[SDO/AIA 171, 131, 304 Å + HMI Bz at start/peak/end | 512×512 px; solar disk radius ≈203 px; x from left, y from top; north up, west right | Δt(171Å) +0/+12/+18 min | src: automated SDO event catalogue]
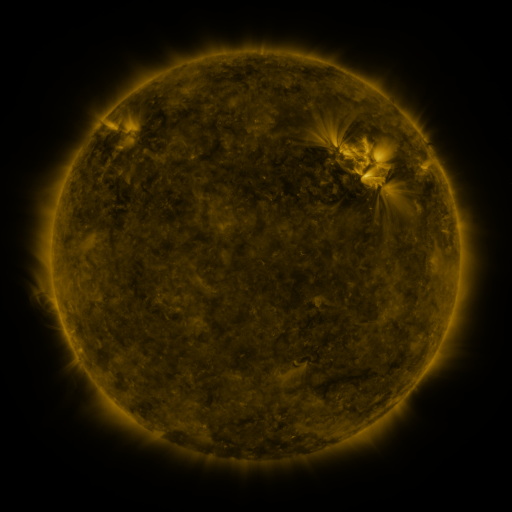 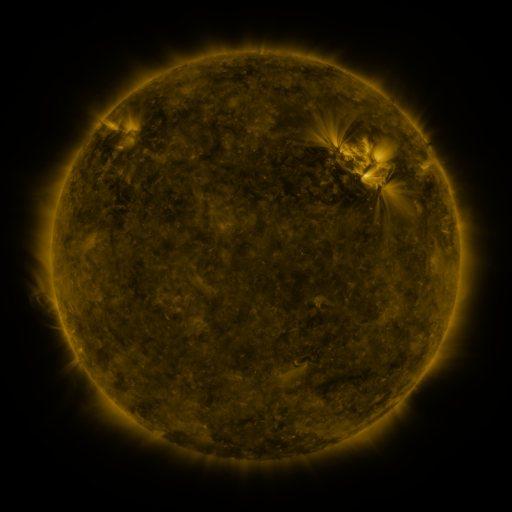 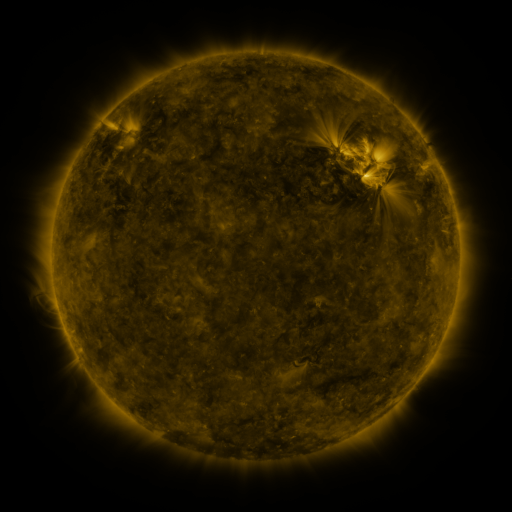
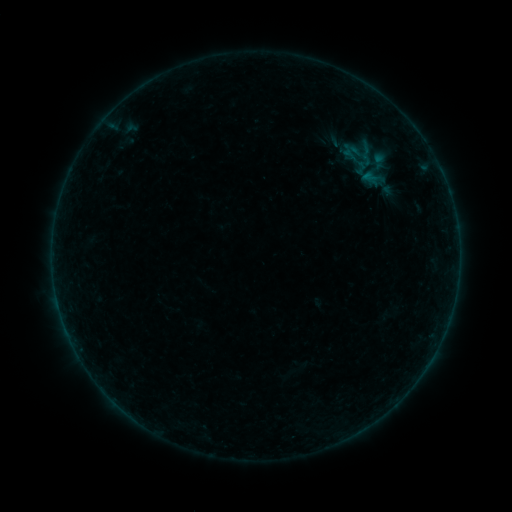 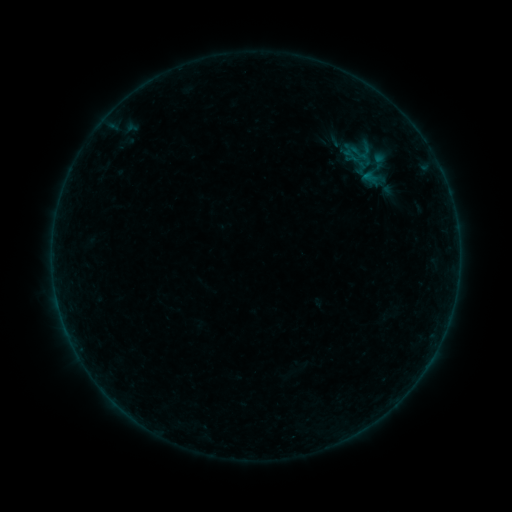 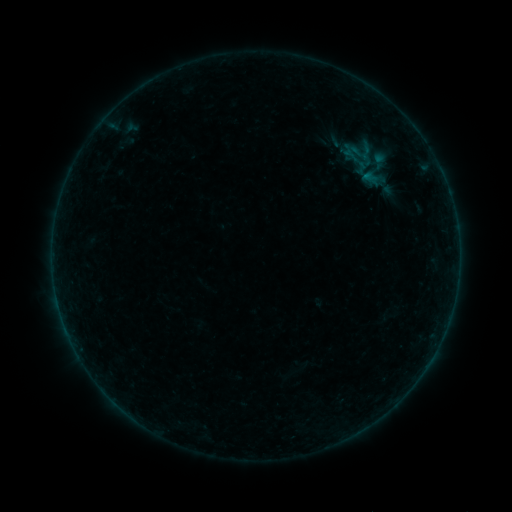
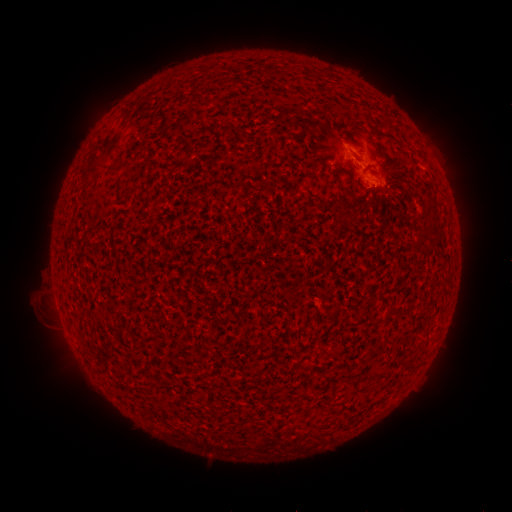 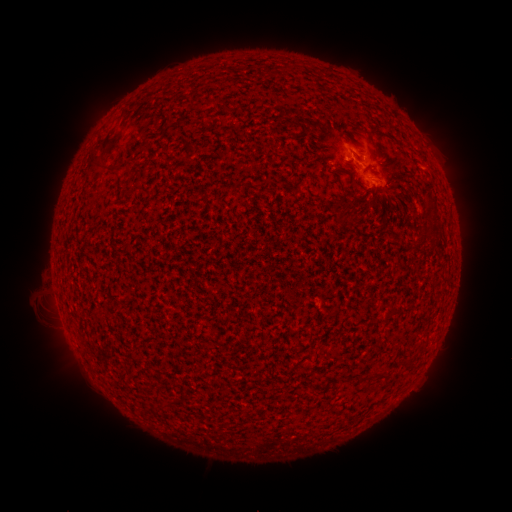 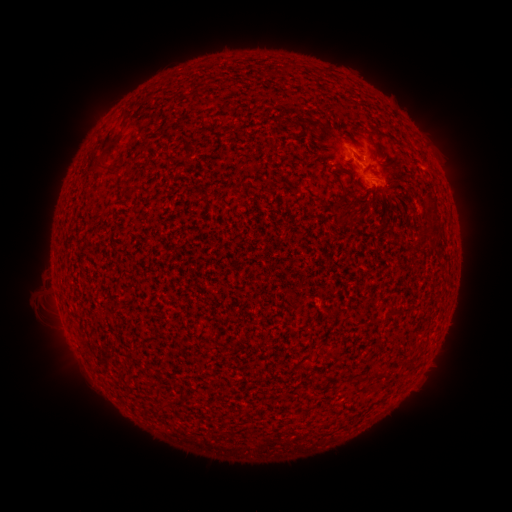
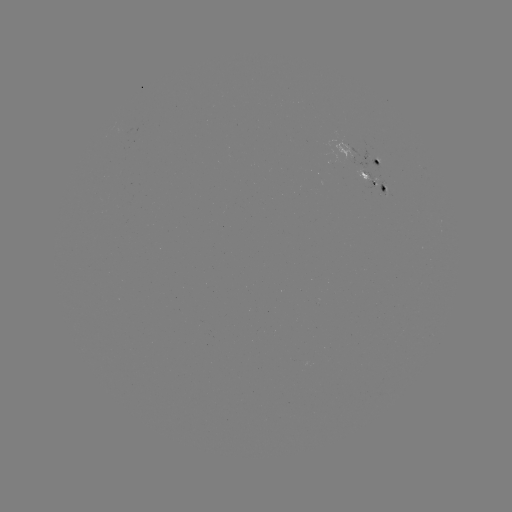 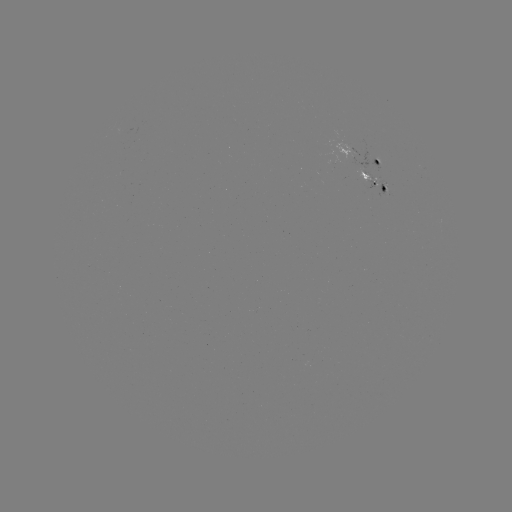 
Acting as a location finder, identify B1.4 flare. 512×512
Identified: [347, 161].